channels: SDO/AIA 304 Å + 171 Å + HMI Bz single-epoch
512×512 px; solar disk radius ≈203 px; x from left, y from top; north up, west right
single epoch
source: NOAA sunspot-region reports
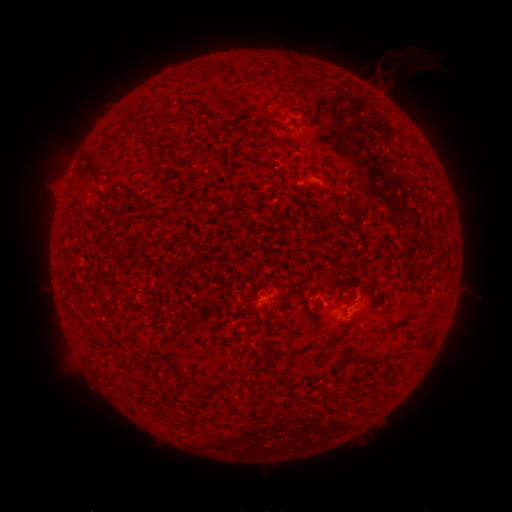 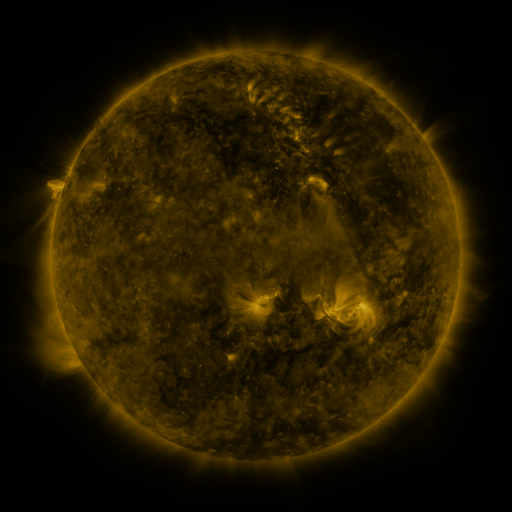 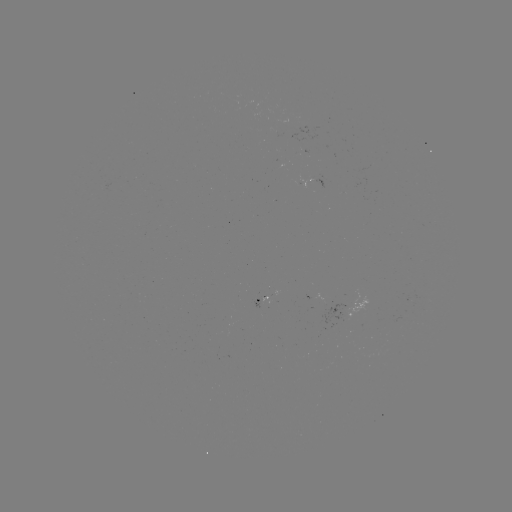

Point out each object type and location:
spotted active region: (316, 182)
spotted active region: (259, 297)
spotted active region: (351, 307)
